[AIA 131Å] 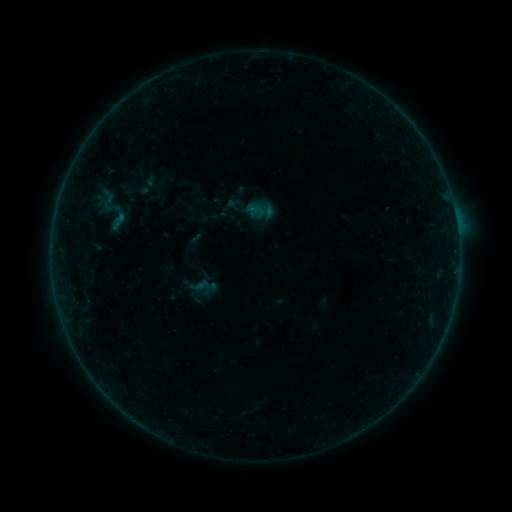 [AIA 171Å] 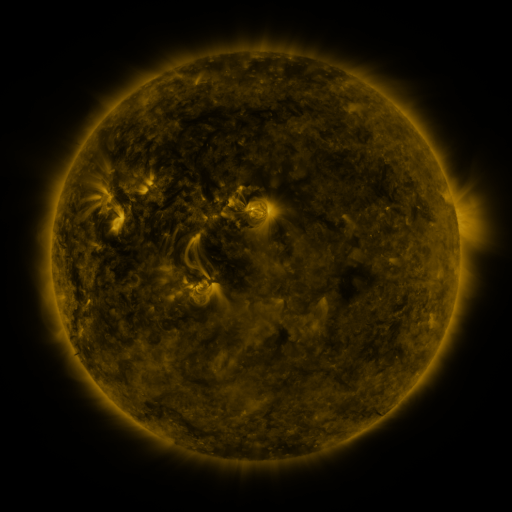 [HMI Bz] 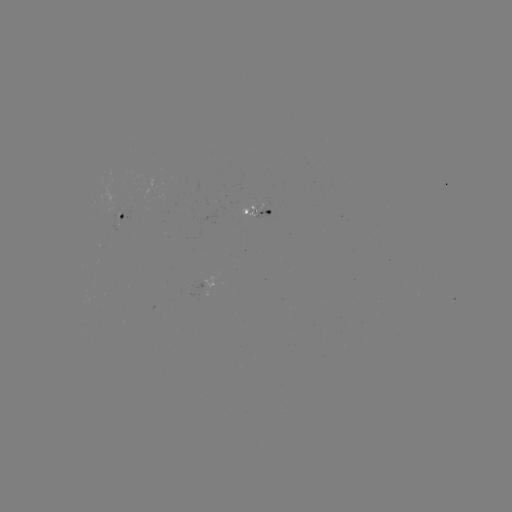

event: sigmoid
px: (108, 202)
